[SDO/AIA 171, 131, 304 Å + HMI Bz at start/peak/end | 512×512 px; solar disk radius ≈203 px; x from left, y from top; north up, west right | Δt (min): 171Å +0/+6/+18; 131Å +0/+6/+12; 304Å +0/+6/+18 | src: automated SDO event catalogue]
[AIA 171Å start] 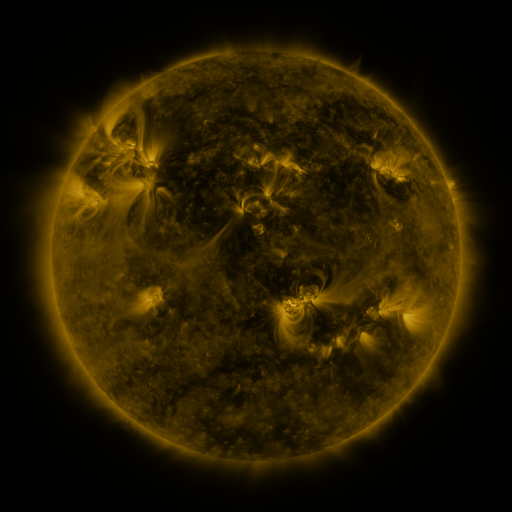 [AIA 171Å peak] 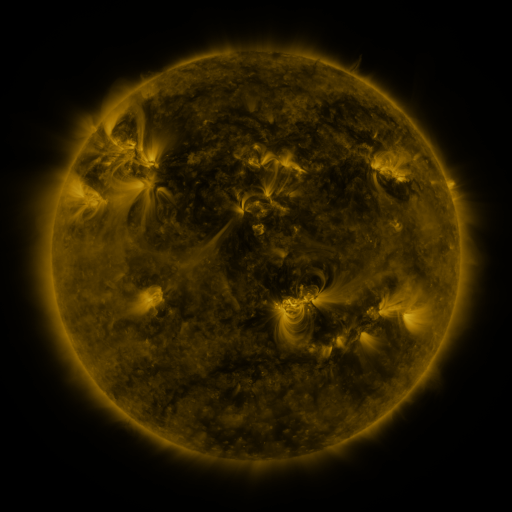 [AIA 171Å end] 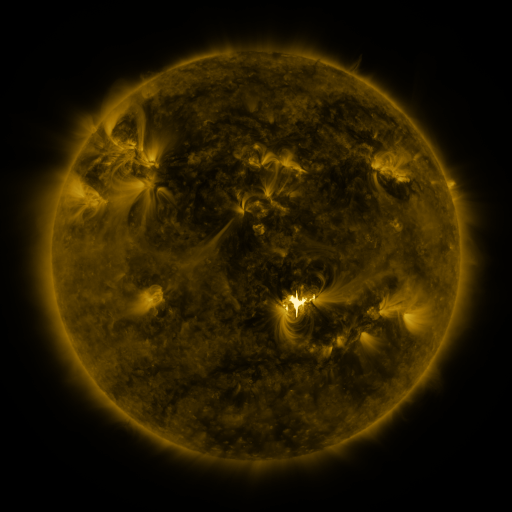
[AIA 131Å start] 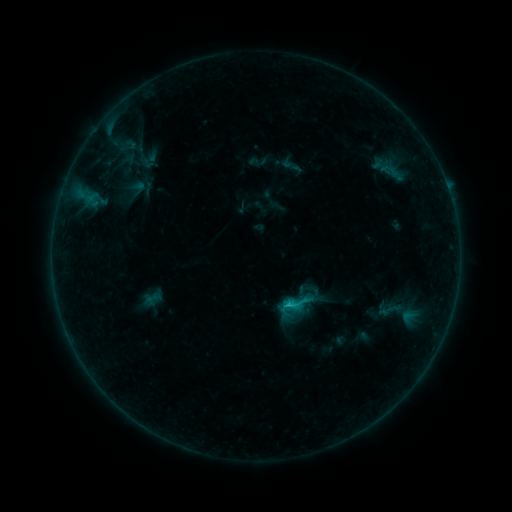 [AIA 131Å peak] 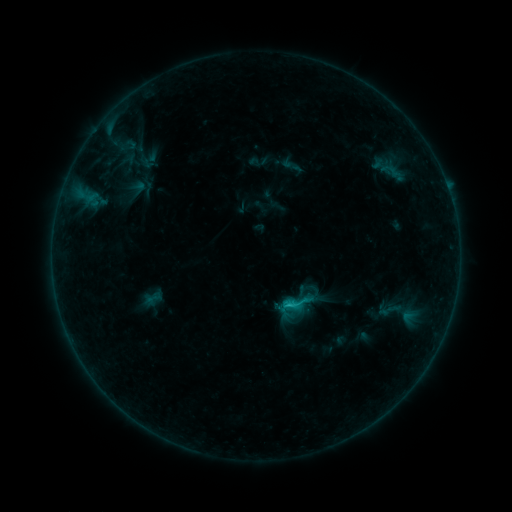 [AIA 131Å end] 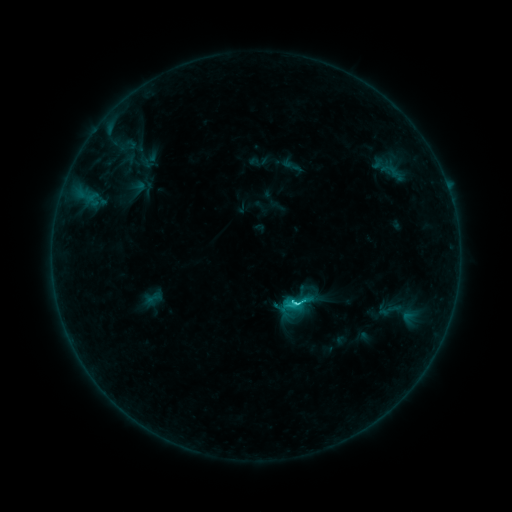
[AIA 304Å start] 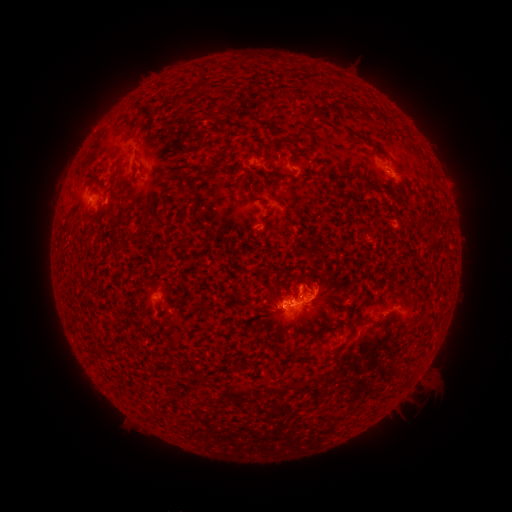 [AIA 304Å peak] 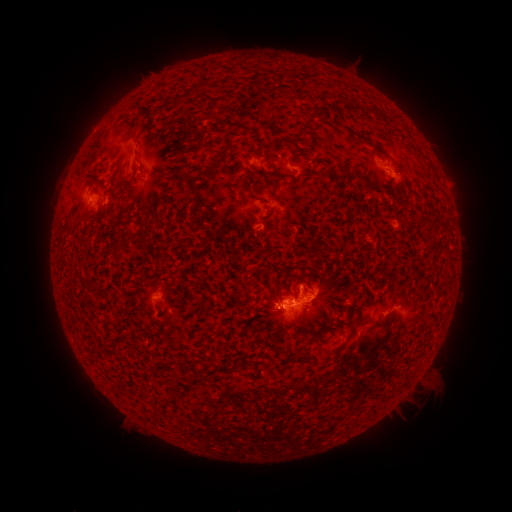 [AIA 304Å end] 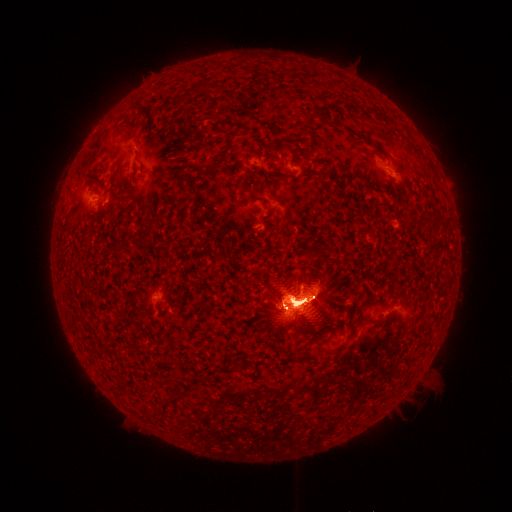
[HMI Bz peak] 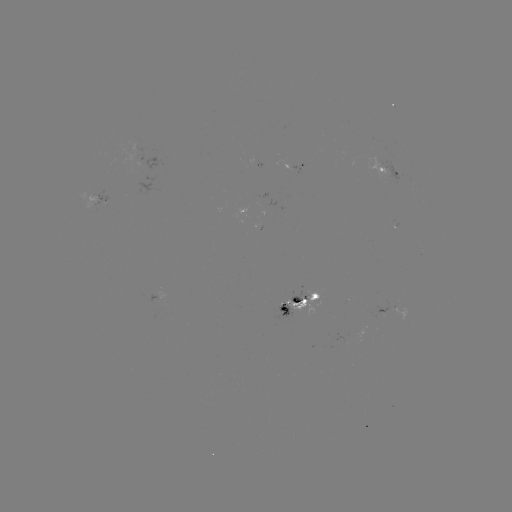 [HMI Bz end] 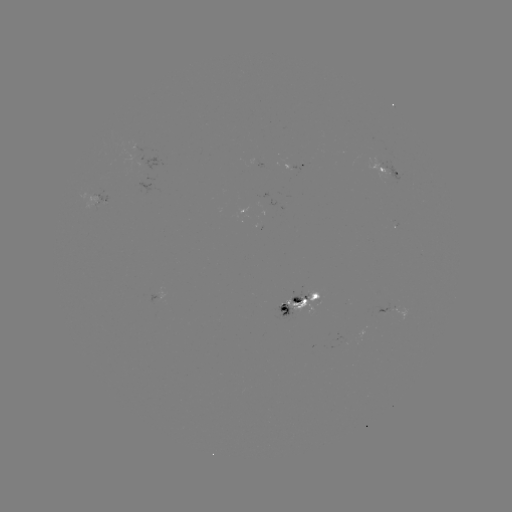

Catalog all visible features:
X2.2 flare: (289, 302)
